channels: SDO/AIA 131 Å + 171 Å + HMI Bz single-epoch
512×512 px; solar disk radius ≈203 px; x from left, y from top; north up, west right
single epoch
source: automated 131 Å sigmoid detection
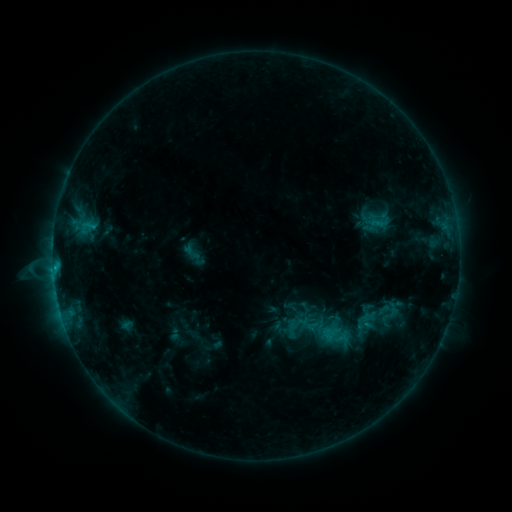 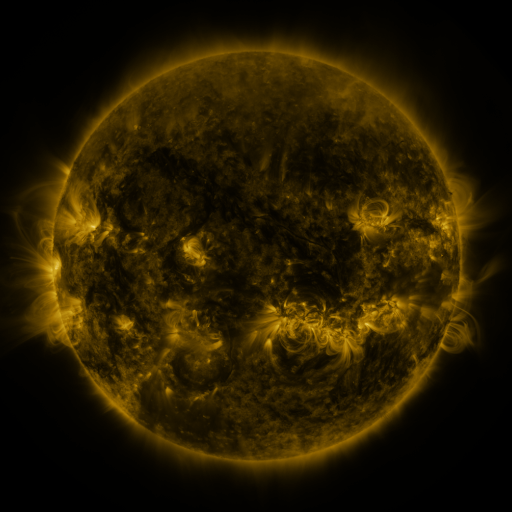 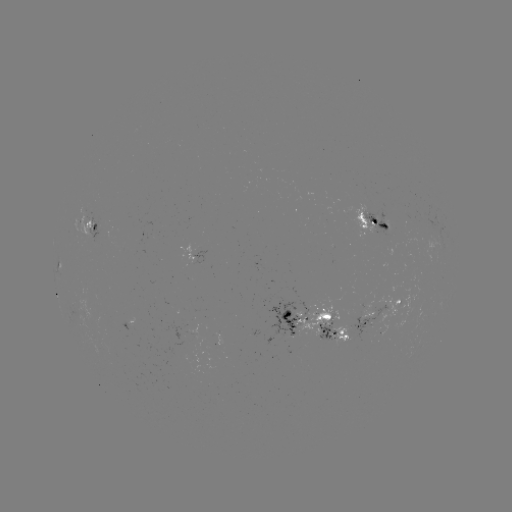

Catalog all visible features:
sigmoid: (191, 252)
sigmoid: (301, 322)
